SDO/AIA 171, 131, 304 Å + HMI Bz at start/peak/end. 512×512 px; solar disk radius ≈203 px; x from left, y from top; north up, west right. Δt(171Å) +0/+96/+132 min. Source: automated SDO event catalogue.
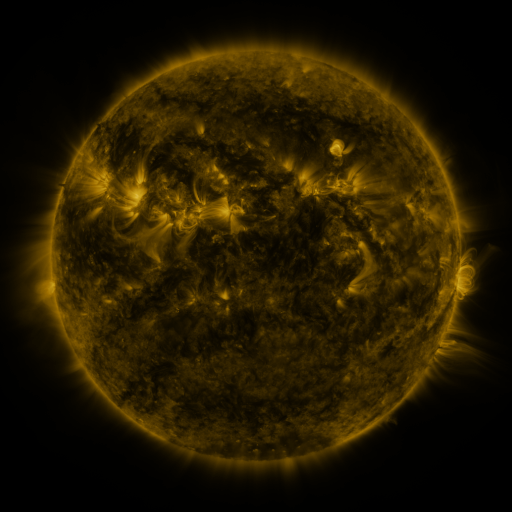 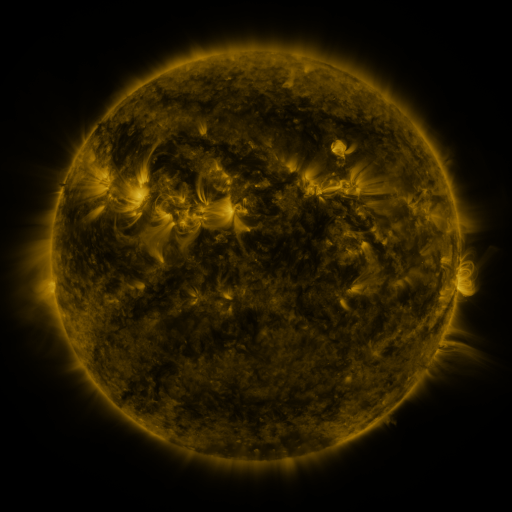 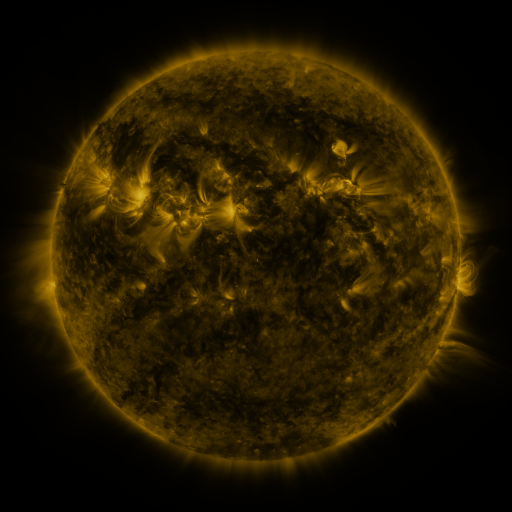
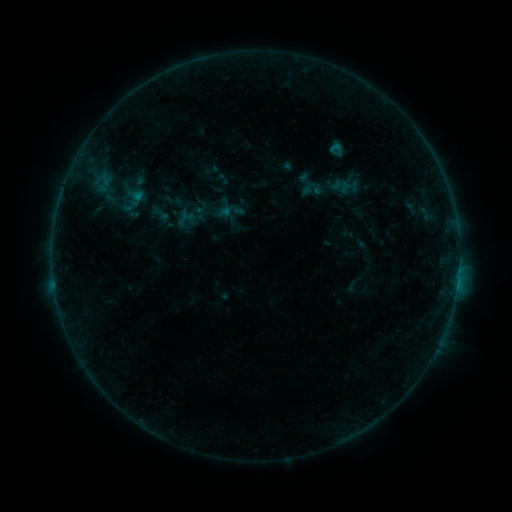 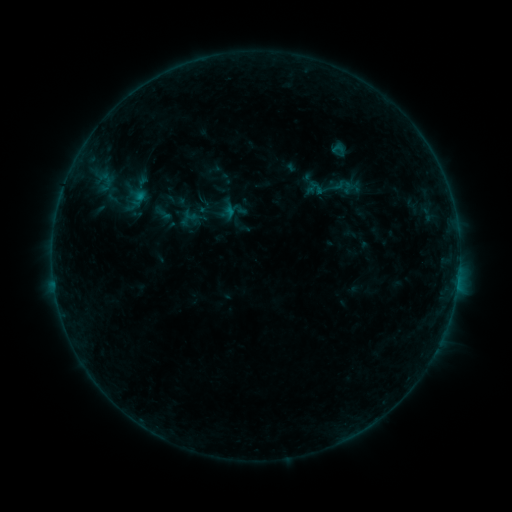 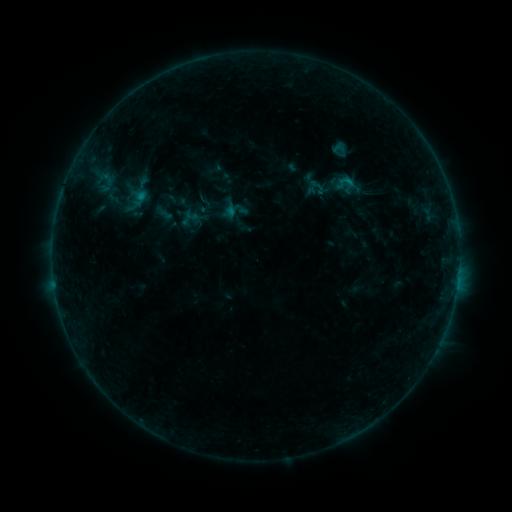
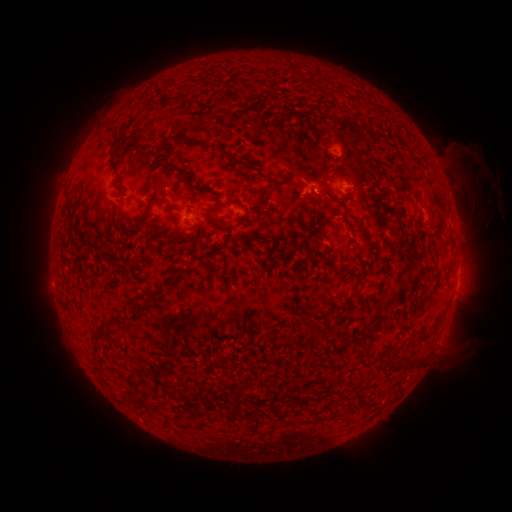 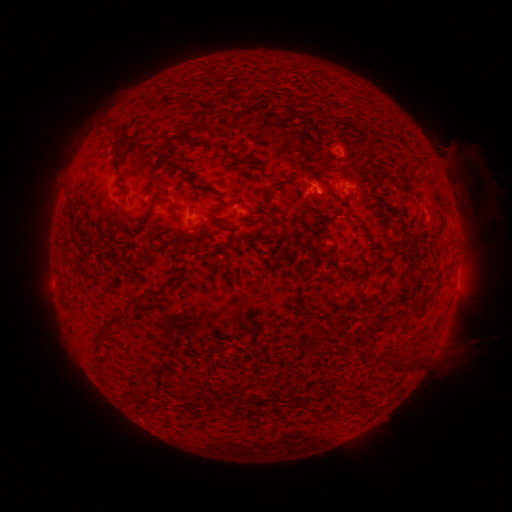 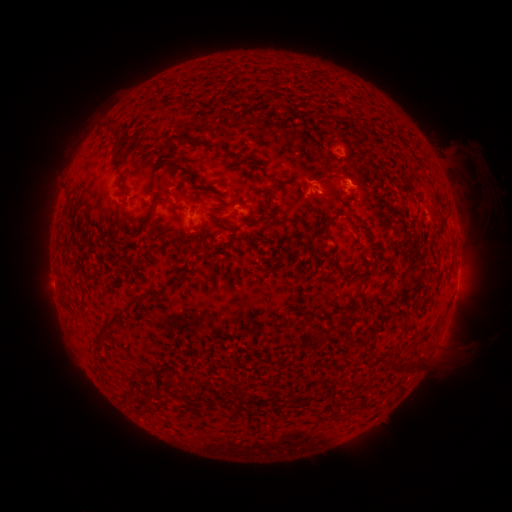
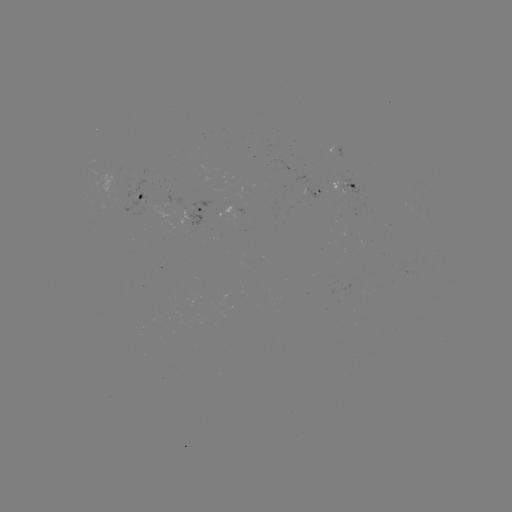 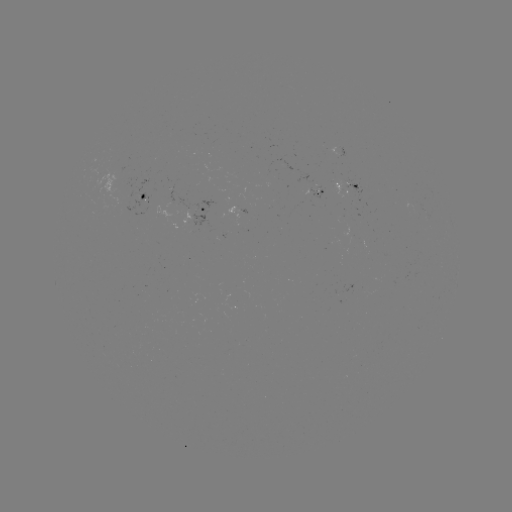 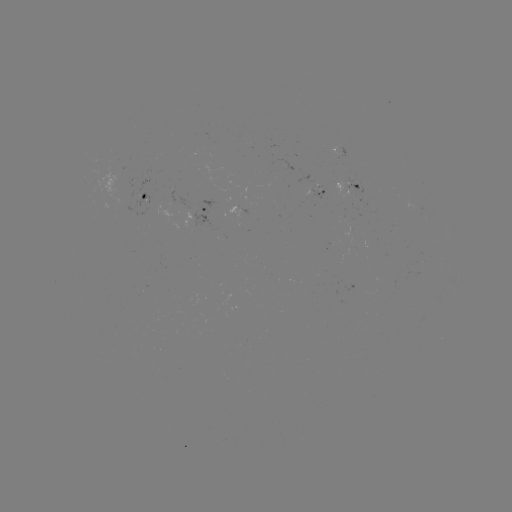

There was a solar emerging-flux region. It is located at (139, 191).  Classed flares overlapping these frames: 1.